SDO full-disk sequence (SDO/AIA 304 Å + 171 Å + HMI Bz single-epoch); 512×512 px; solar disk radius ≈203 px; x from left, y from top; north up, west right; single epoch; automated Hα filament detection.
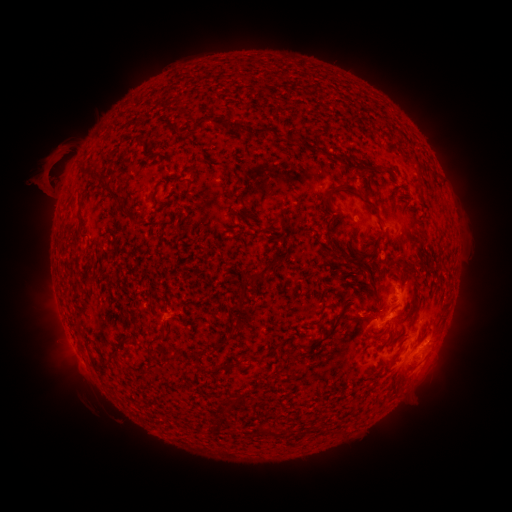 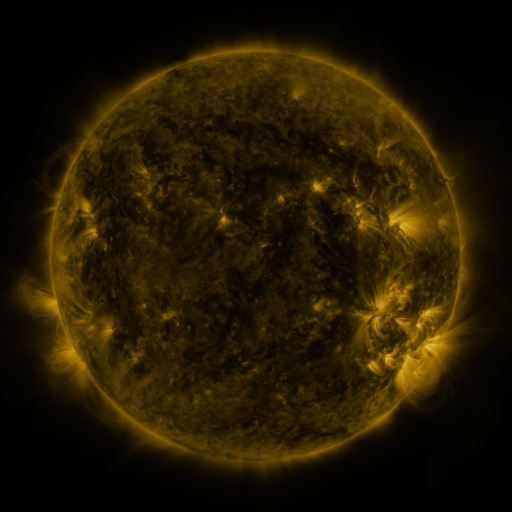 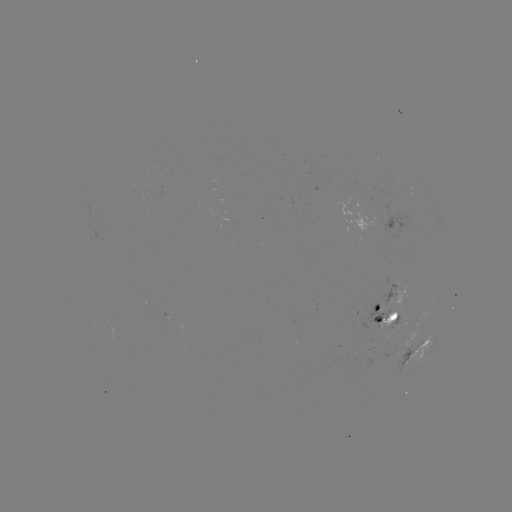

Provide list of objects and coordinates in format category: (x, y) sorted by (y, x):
filament: (202, 124)
filament: (229, 124)
filament: (261, 131)
filament: (293, 141)
filament: (367, 168)
filament: (333, 191)
filament: (113, 192)
filament: (374, 209)
filament: (125, 211)
filament: (254, 277)
filament: (237, 323)
filament: (335, 325)
filament: (155, 339)
filament: (251, 357)
filament: (391, 363)
filament: (265, 432)
